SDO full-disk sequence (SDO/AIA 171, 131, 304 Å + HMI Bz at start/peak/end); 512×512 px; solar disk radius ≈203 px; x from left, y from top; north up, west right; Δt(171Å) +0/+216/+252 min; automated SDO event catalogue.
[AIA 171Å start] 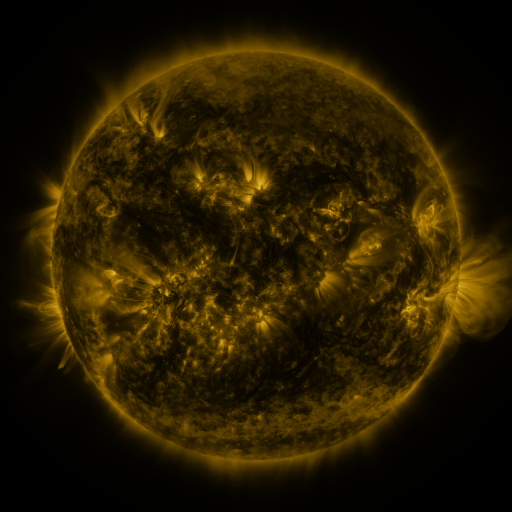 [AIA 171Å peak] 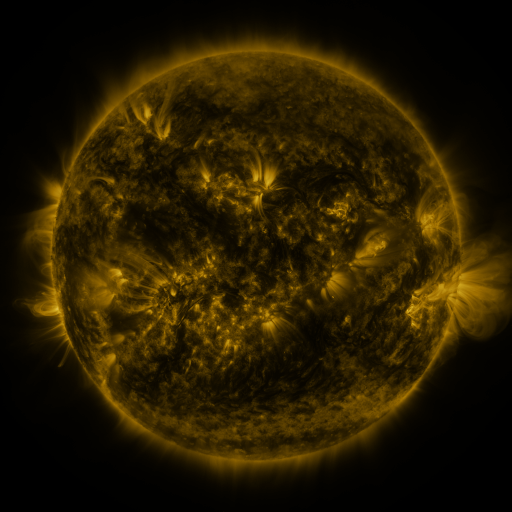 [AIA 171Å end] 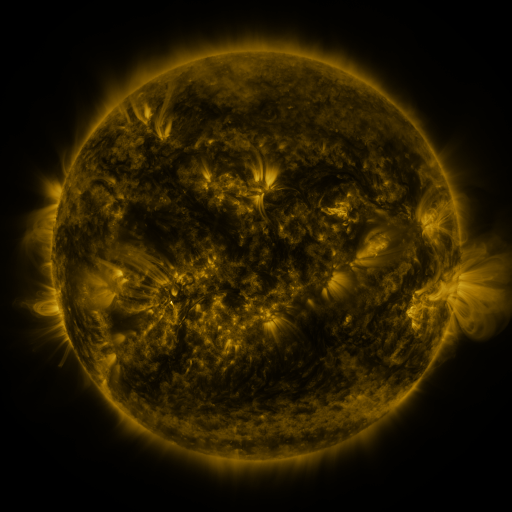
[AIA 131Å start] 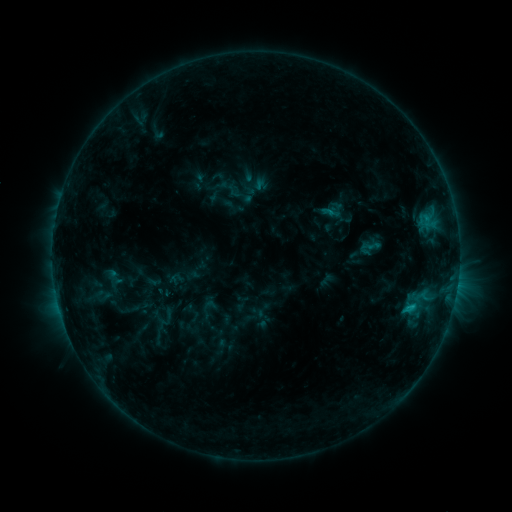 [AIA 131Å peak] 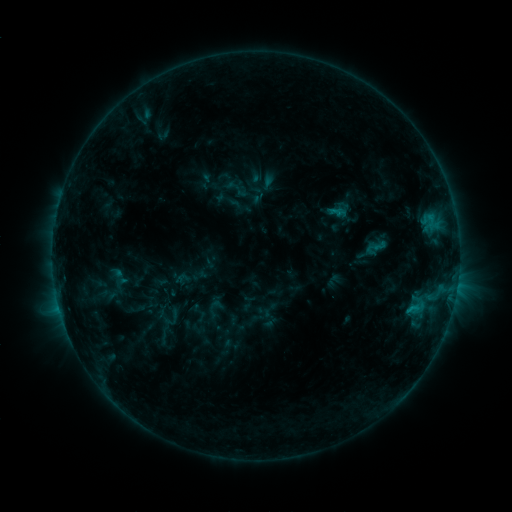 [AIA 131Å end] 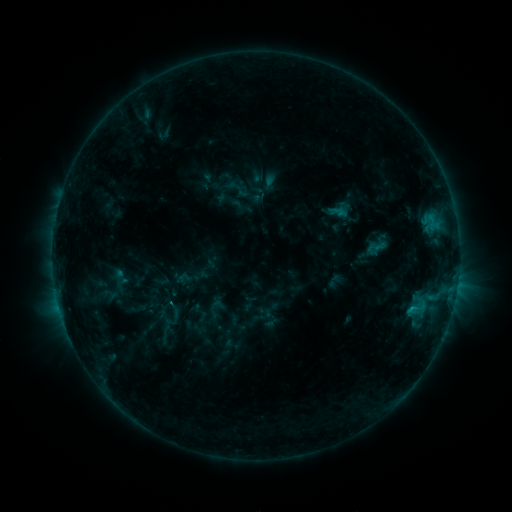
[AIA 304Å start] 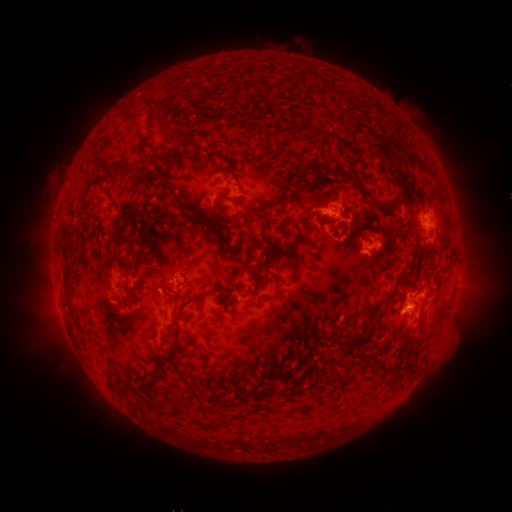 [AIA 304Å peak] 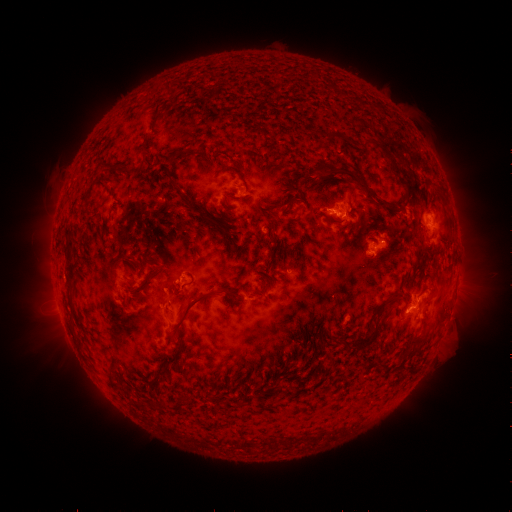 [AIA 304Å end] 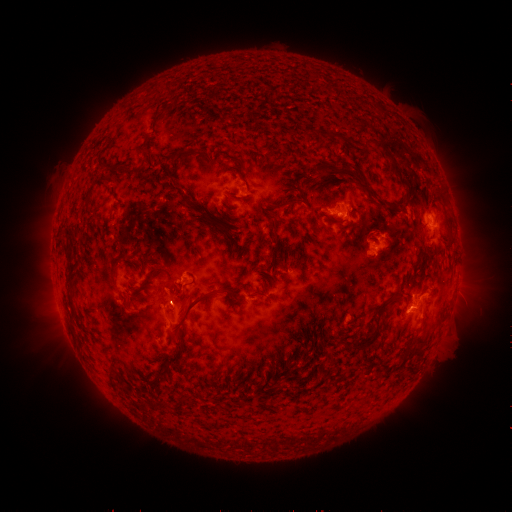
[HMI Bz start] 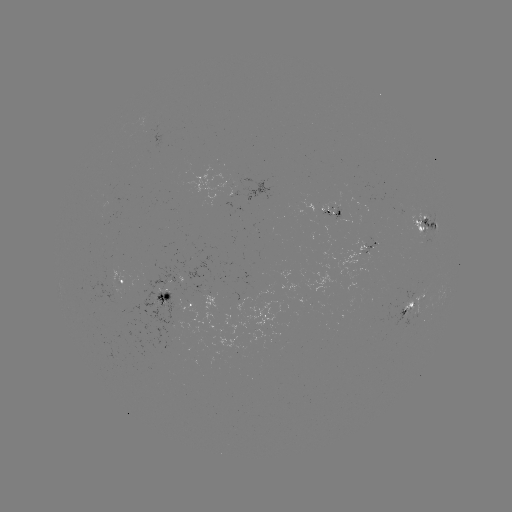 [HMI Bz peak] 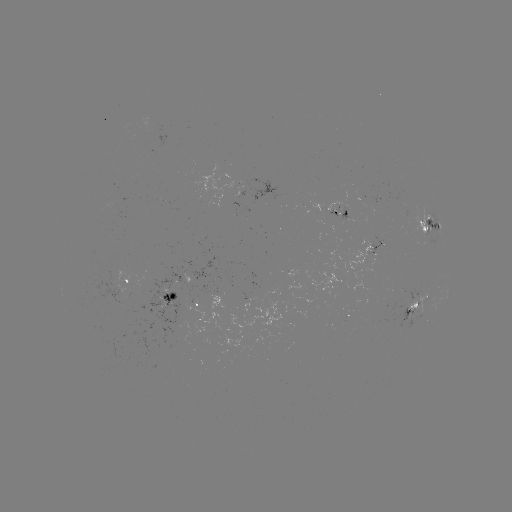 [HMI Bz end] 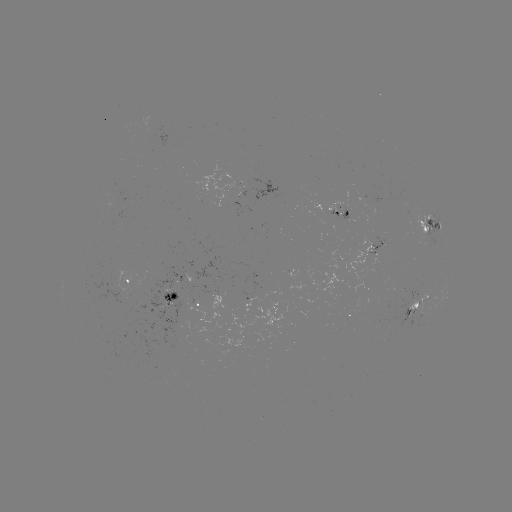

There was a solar emerging-flux region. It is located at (339, 220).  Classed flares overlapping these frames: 1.